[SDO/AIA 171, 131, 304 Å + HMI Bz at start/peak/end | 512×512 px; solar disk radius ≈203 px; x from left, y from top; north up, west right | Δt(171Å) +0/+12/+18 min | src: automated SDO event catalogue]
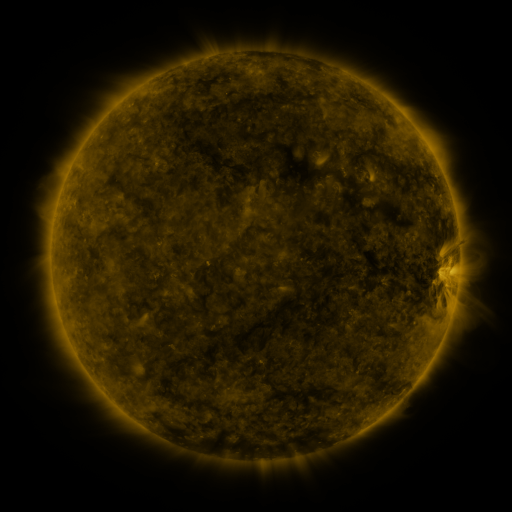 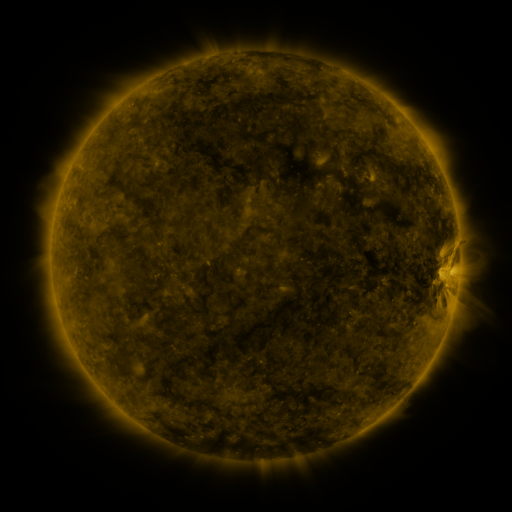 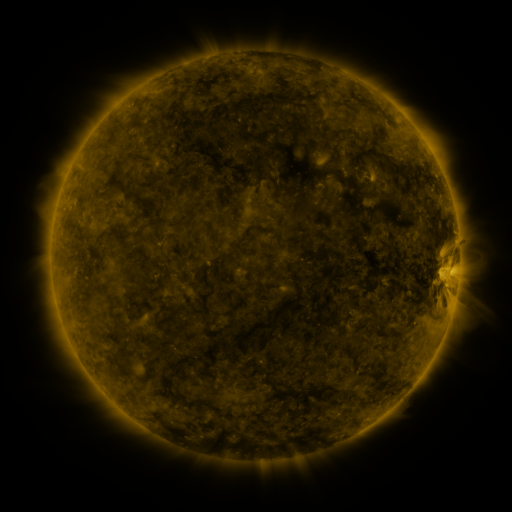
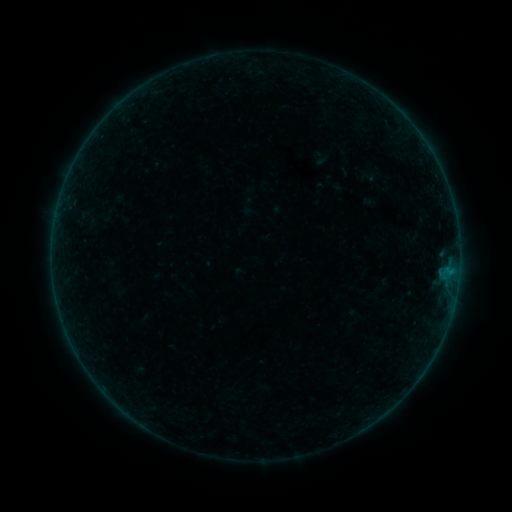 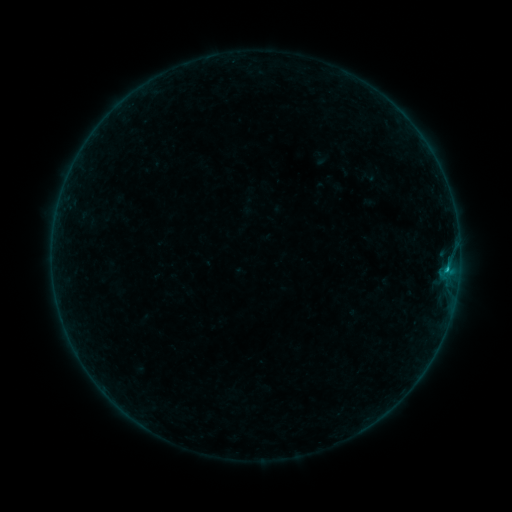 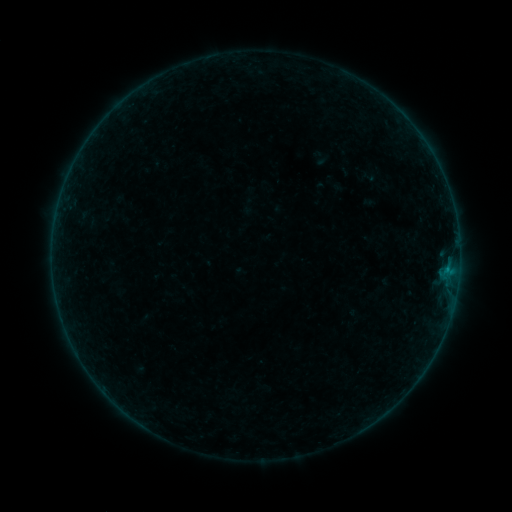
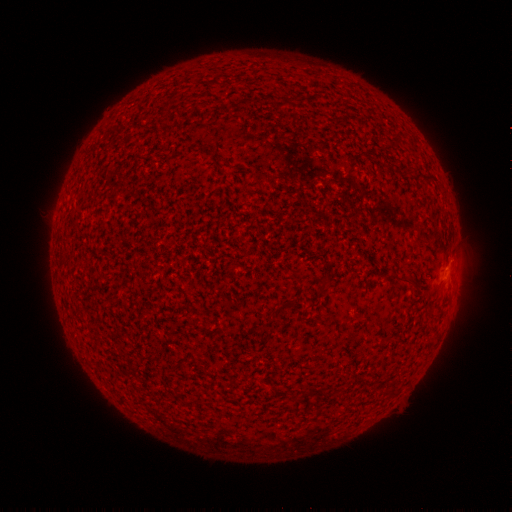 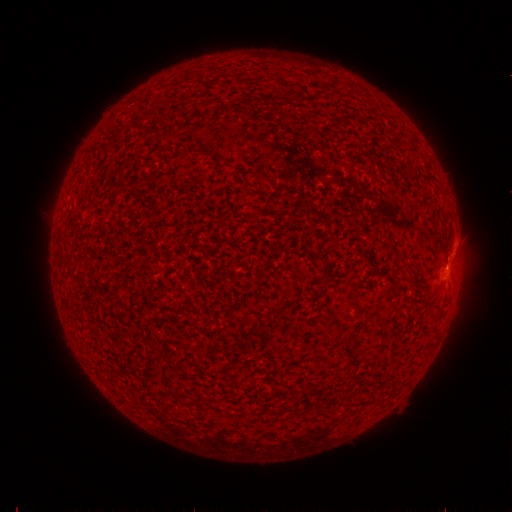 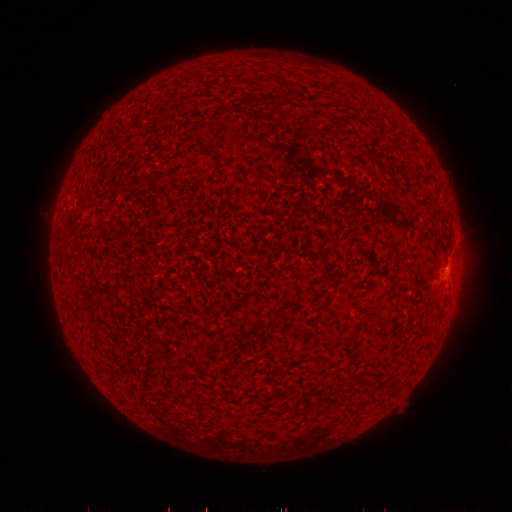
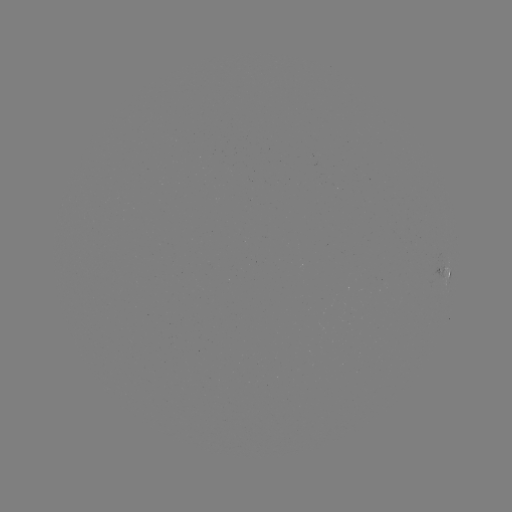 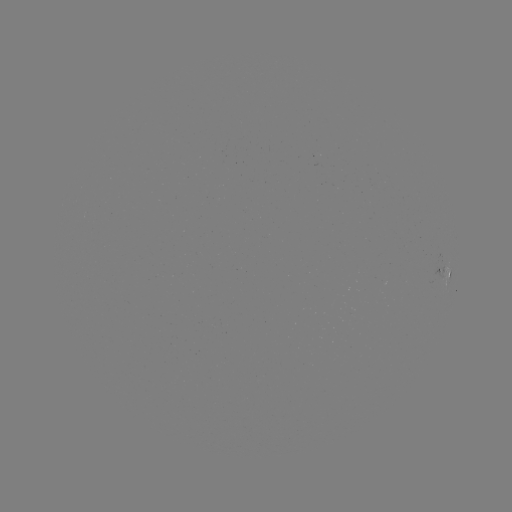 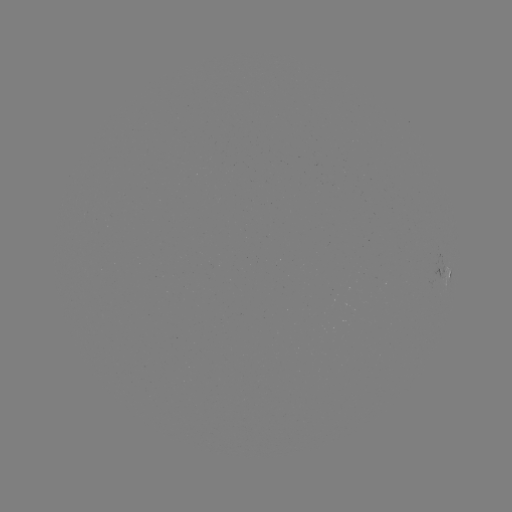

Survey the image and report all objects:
B3.4 flare: (446, 268)
